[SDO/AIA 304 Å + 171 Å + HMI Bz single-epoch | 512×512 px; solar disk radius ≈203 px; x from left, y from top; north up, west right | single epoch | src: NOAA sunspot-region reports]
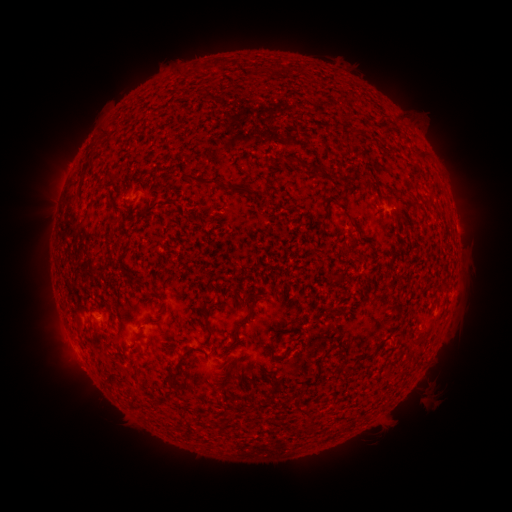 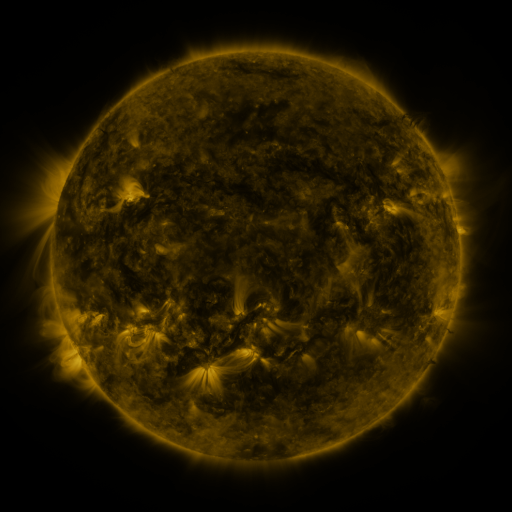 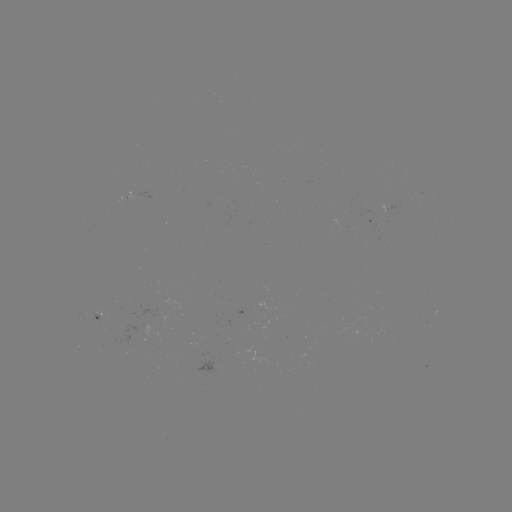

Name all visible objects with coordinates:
spotted active region: (392, 208)
spotted active region: (436, 315)
